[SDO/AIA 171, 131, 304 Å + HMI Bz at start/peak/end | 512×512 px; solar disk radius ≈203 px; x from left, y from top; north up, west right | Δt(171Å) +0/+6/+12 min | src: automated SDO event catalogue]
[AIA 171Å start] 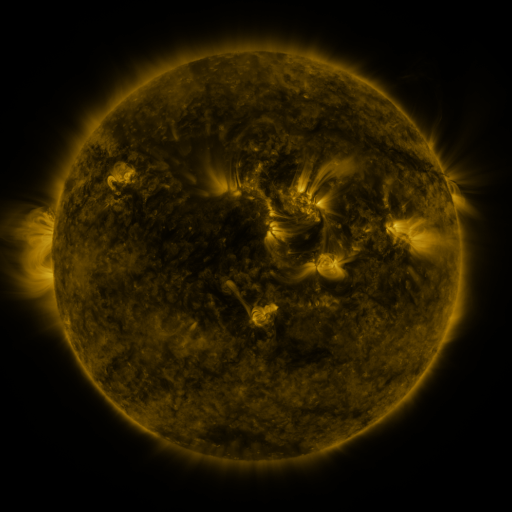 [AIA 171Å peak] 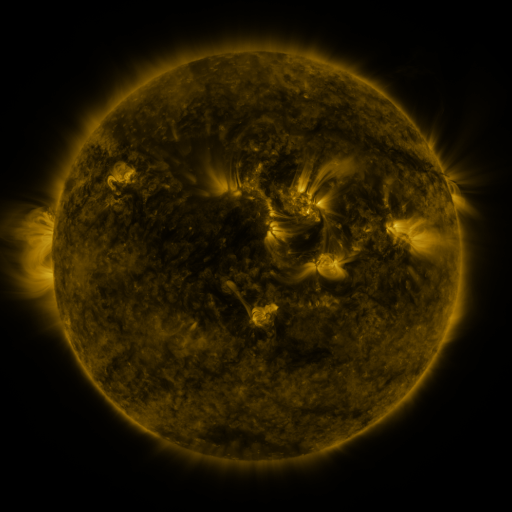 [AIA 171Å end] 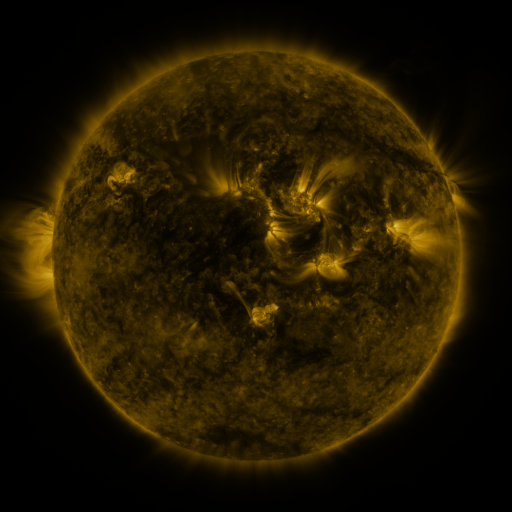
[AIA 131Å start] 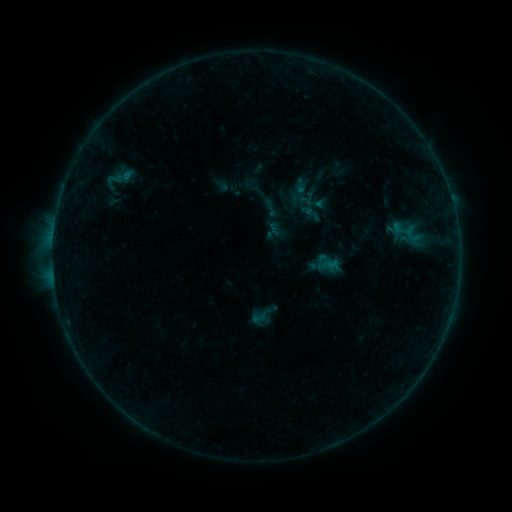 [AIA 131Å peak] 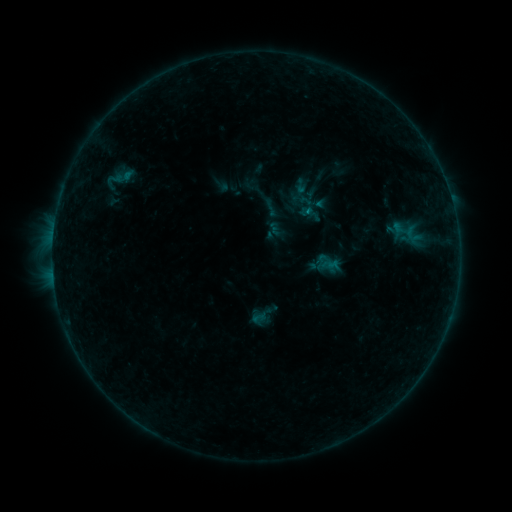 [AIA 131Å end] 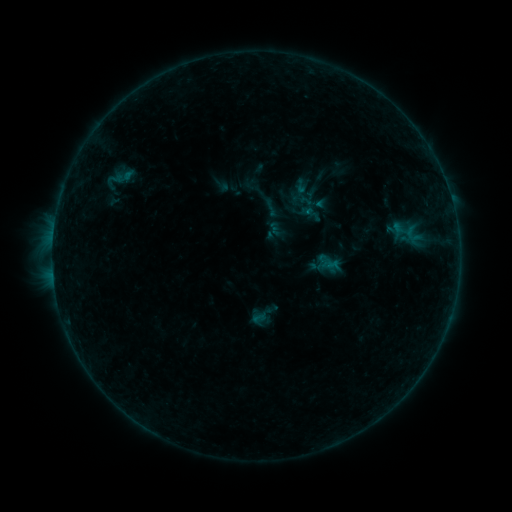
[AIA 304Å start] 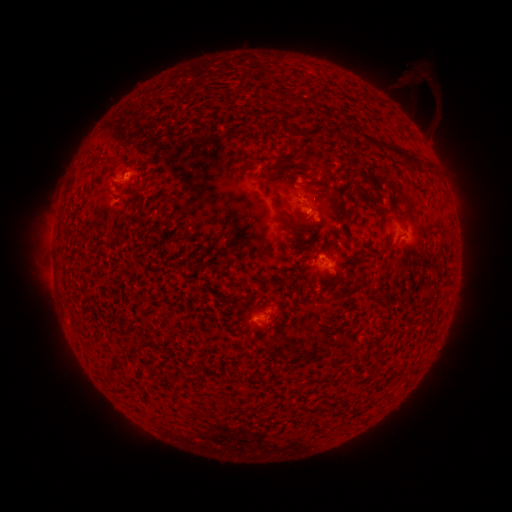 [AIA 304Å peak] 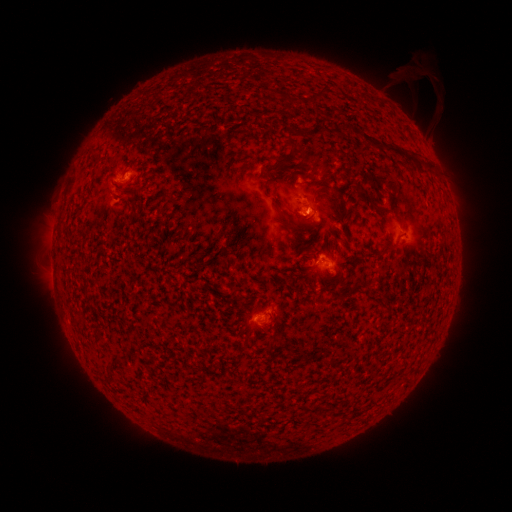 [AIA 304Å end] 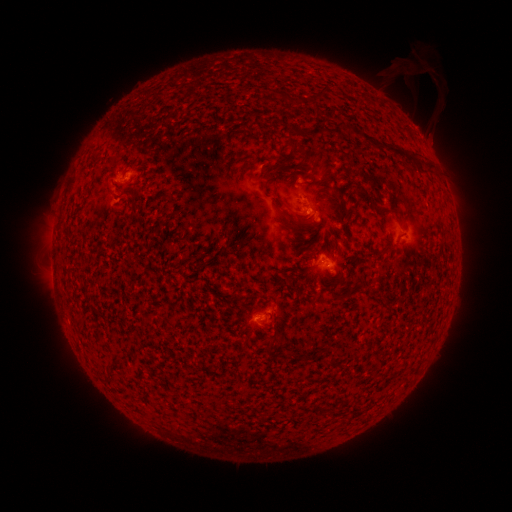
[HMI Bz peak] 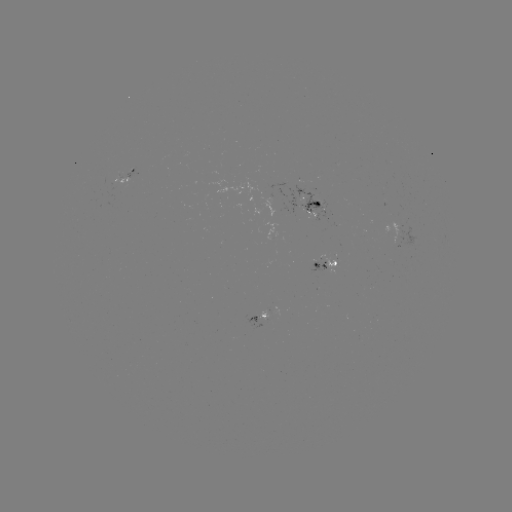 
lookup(B4.2 flare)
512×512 304,213